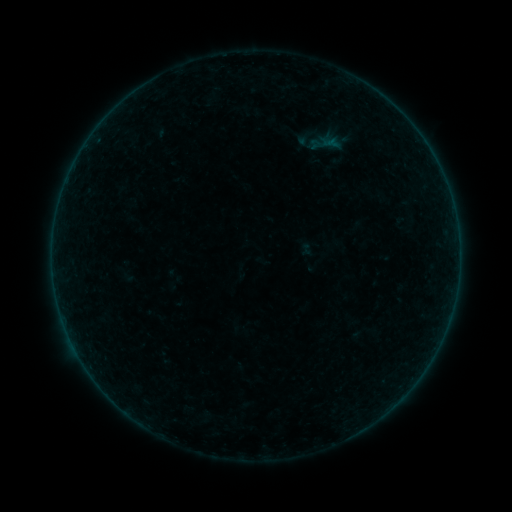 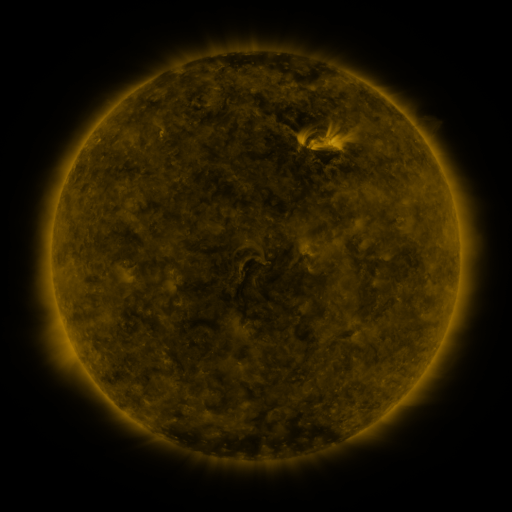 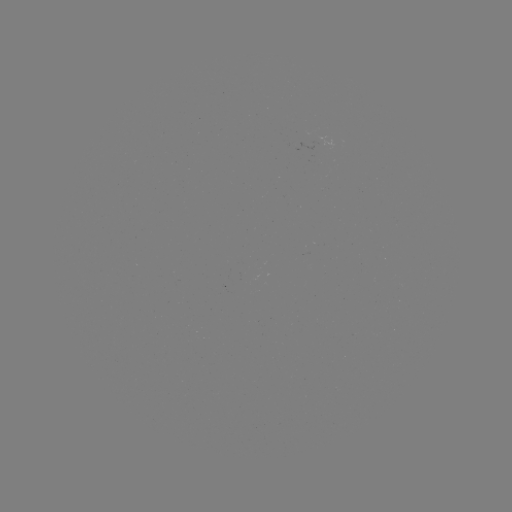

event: sigmoid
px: (315, 144)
